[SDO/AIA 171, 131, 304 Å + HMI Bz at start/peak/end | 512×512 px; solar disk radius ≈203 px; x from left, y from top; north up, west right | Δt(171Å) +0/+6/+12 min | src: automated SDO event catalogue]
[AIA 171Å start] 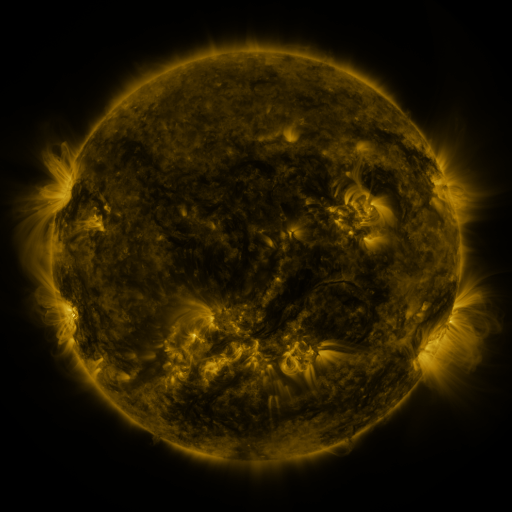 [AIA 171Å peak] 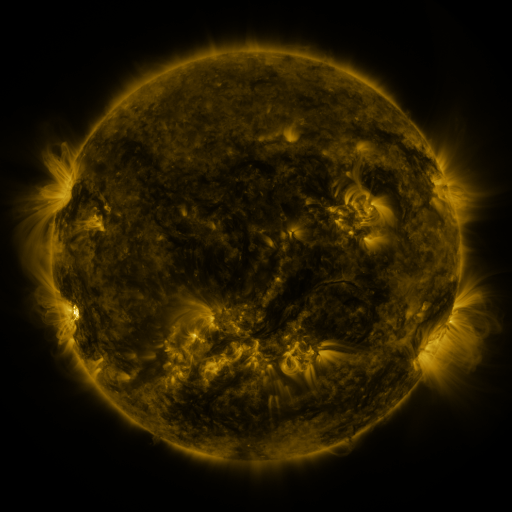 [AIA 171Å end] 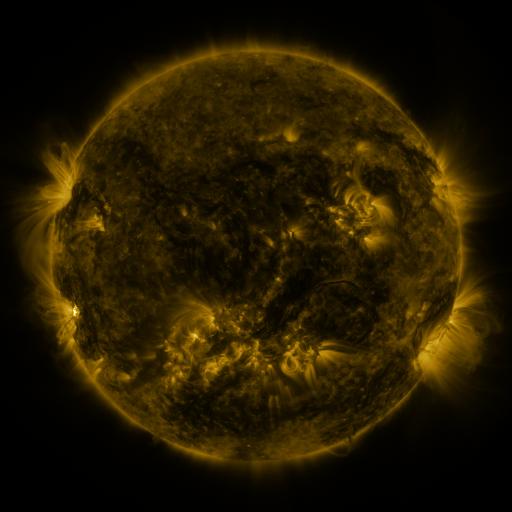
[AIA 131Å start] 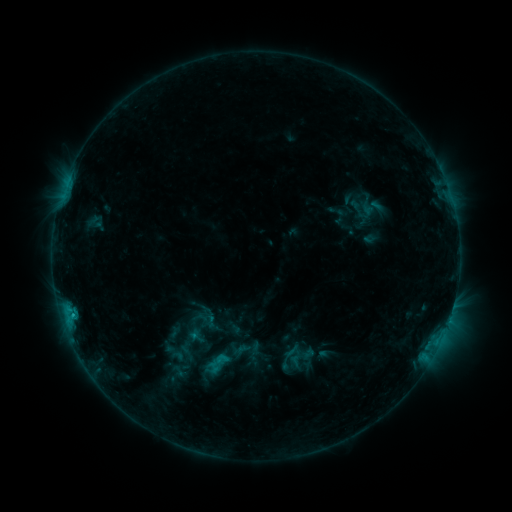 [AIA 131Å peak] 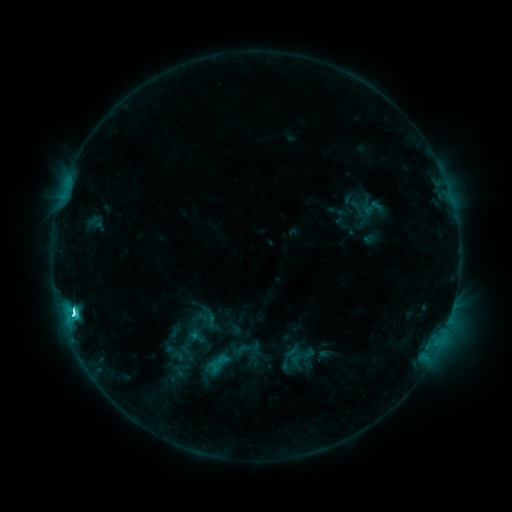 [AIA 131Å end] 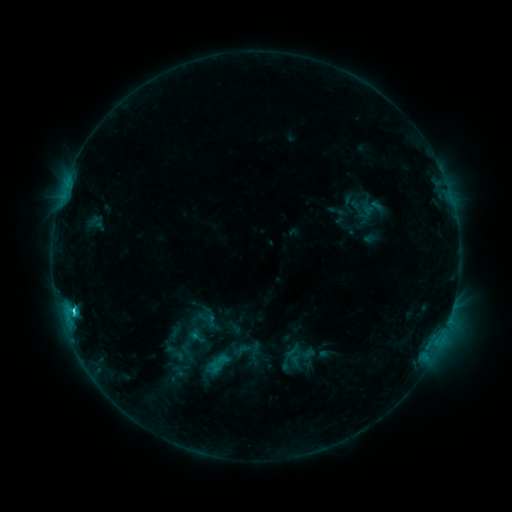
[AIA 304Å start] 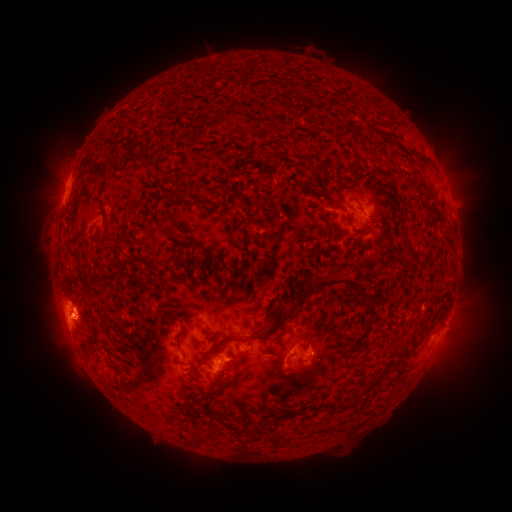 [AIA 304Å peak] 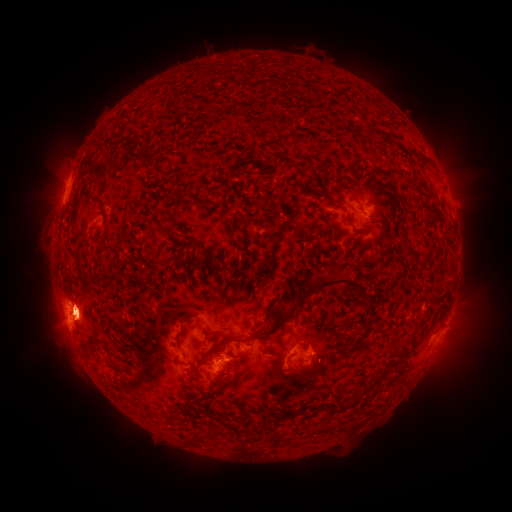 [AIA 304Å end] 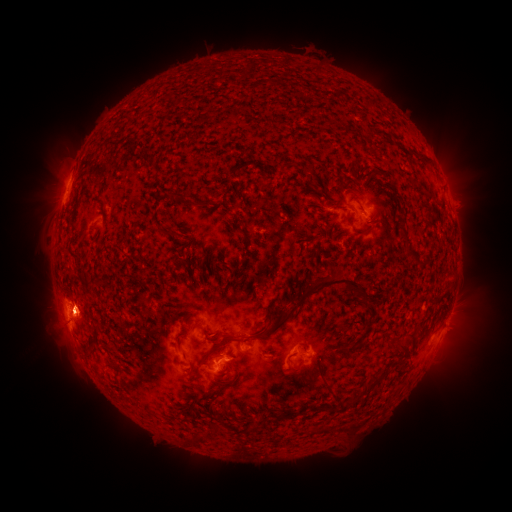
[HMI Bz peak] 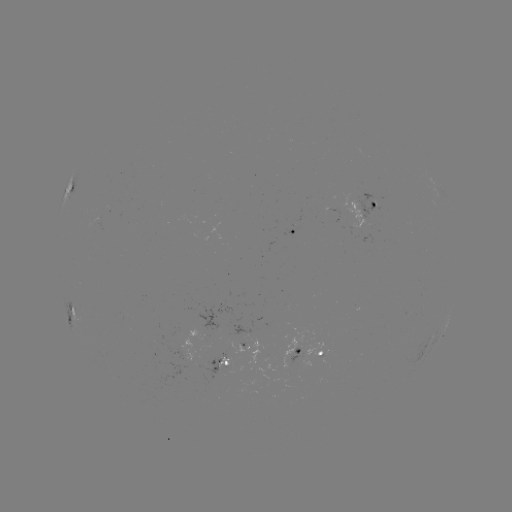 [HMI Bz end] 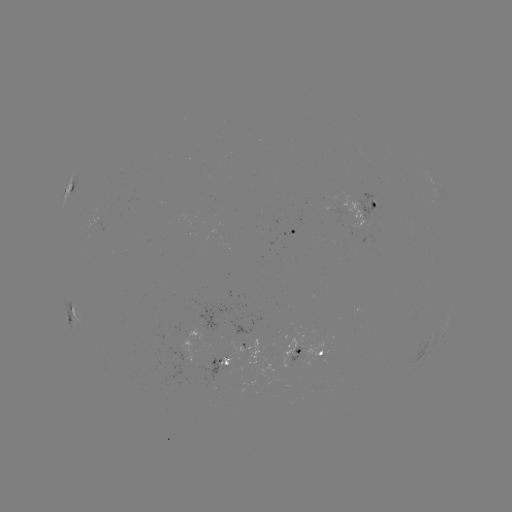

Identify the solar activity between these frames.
C4.1 flare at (449, 314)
